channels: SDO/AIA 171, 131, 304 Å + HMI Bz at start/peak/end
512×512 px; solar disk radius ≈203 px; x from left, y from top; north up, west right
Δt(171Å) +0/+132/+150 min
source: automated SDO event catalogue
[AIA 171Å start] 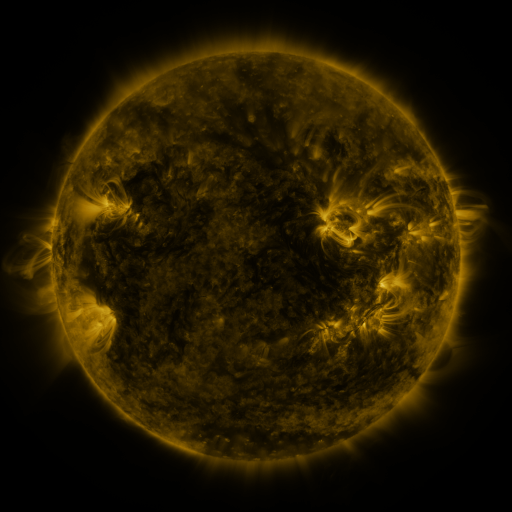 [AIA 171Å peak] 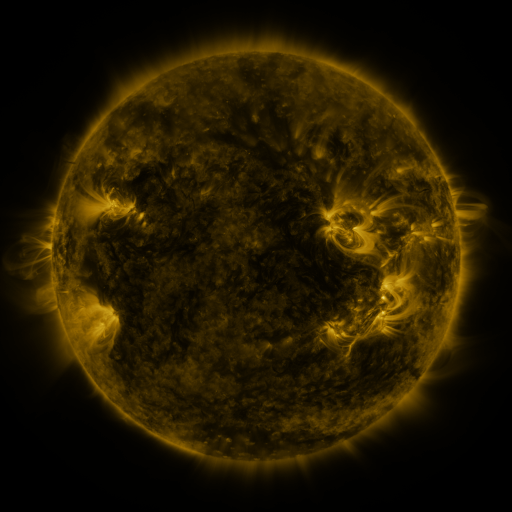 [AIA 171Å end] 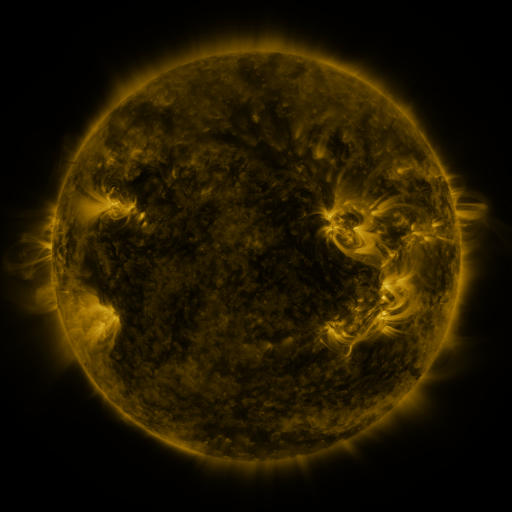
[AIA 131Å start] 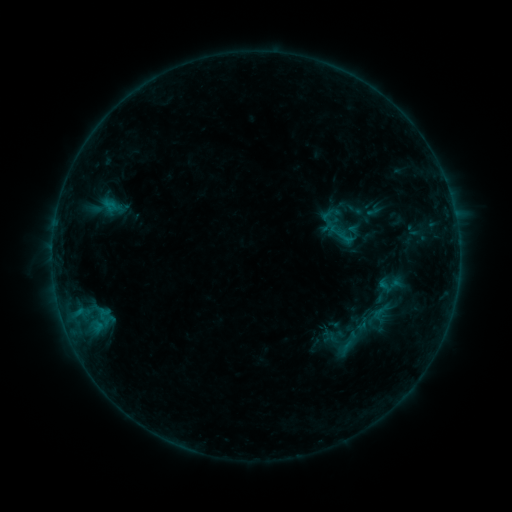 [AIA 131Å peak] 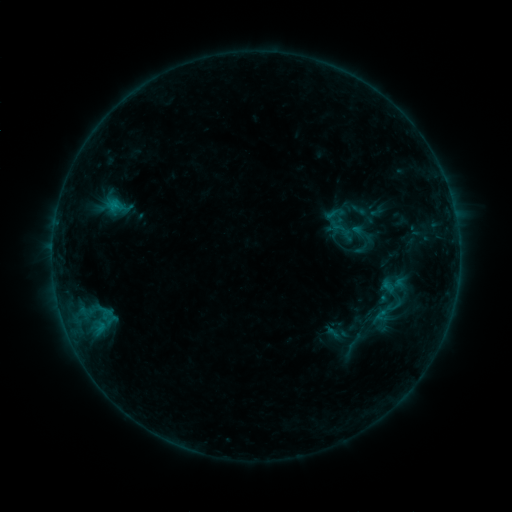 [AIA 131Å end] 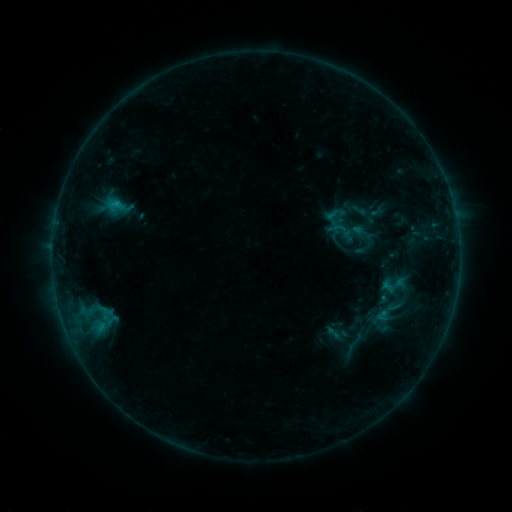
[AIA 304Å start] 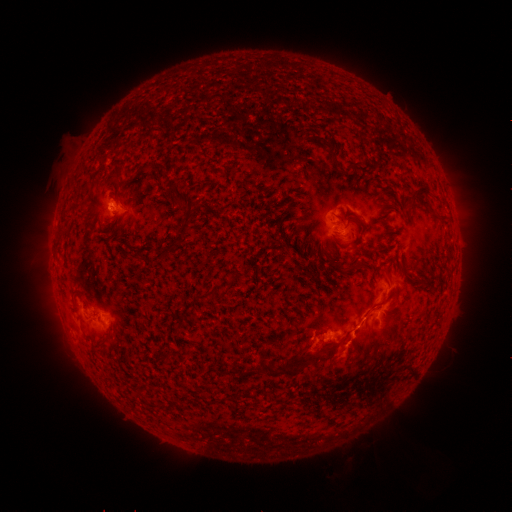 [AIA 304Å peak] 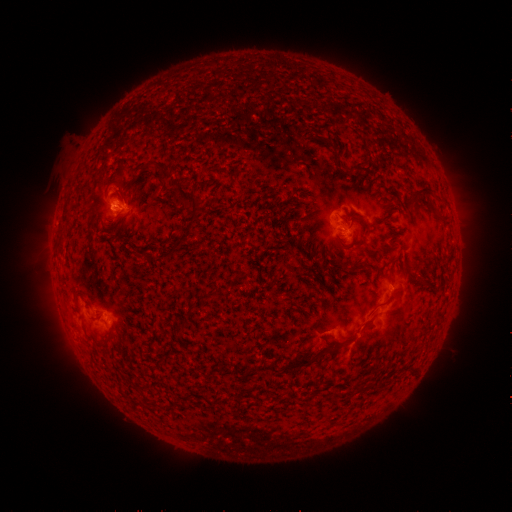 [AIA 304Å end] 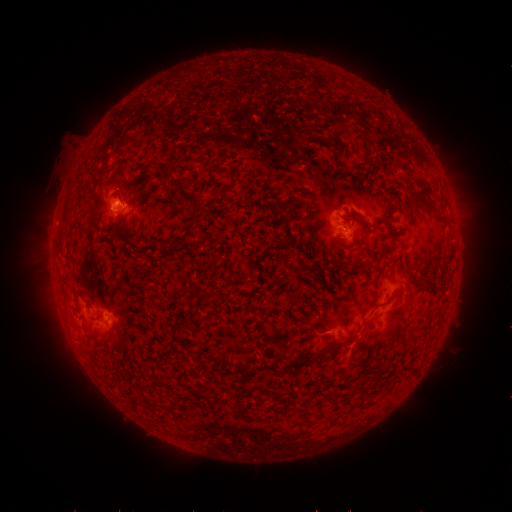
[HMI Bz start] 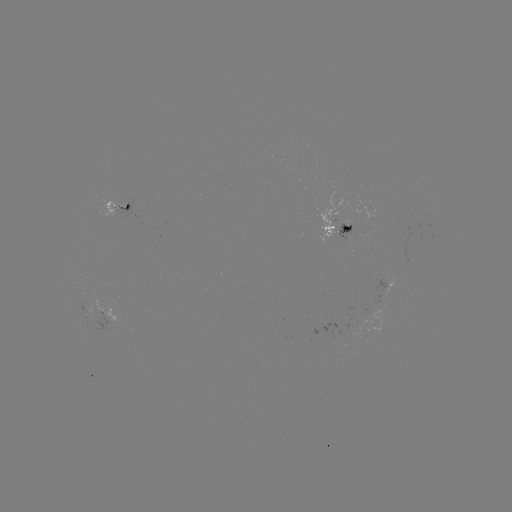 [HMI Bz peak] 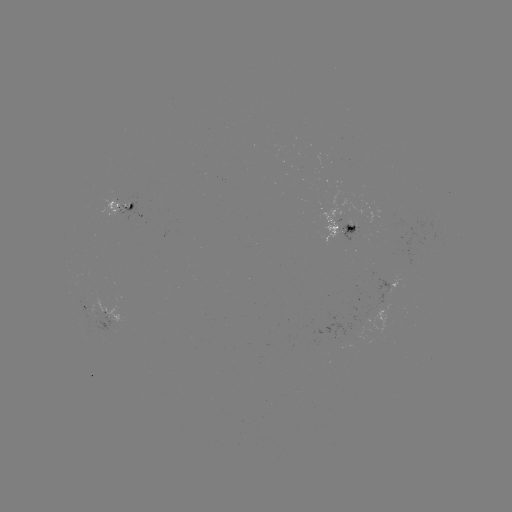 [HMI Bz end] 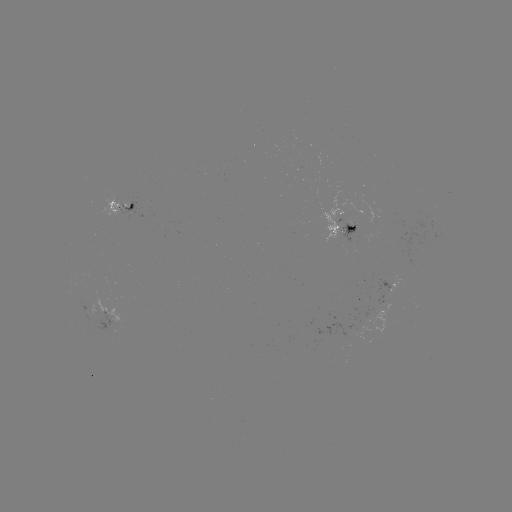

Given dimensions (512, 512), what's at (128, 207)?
emerging-flux region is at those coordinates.